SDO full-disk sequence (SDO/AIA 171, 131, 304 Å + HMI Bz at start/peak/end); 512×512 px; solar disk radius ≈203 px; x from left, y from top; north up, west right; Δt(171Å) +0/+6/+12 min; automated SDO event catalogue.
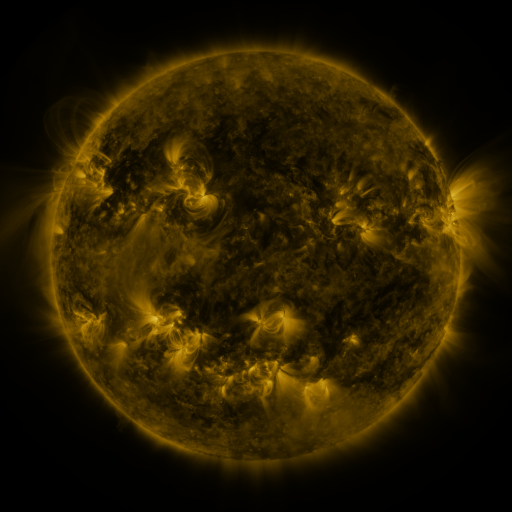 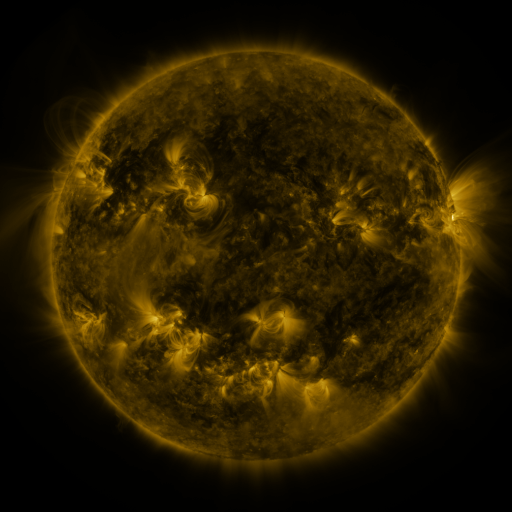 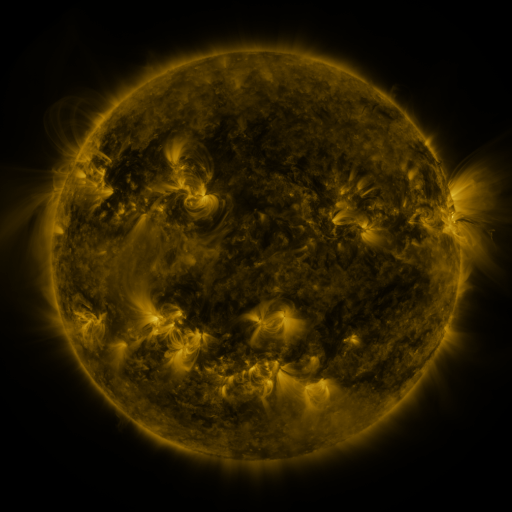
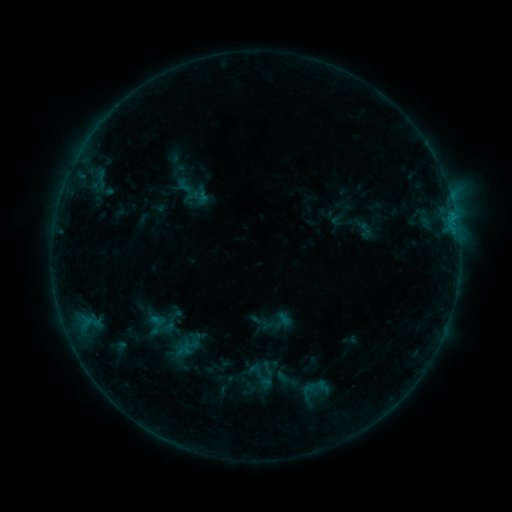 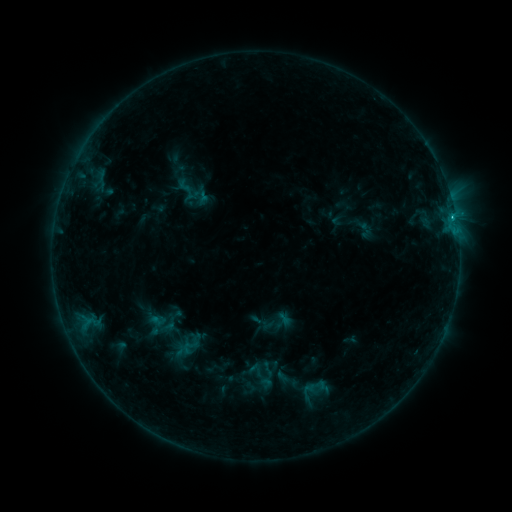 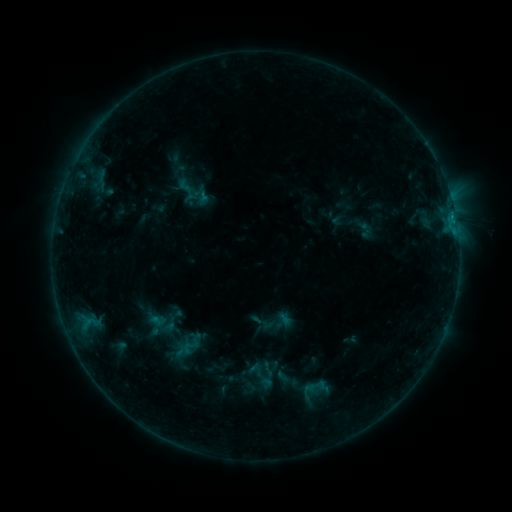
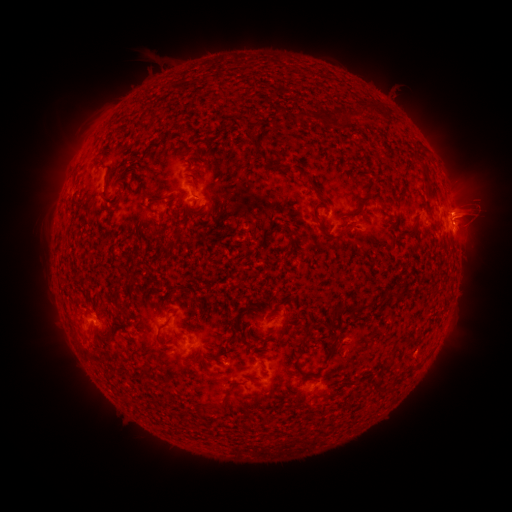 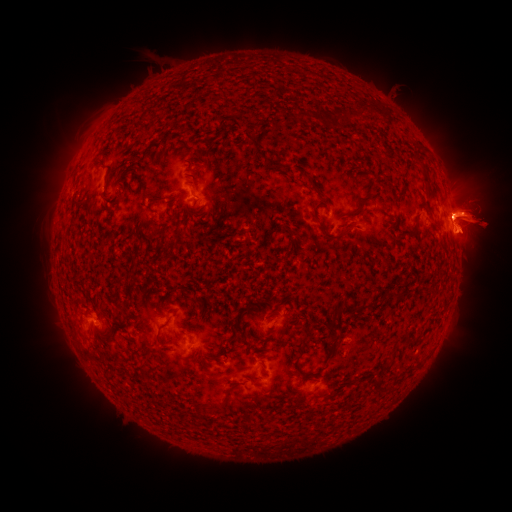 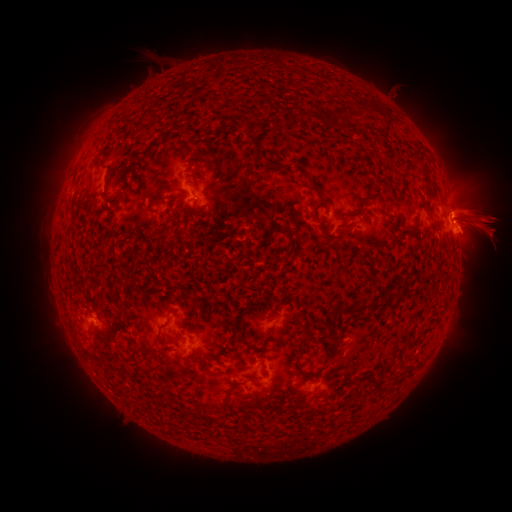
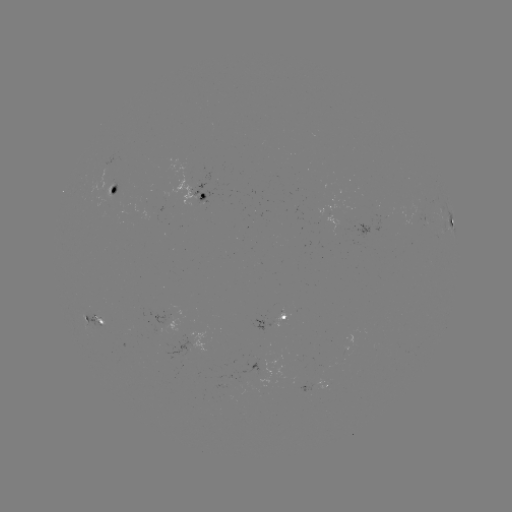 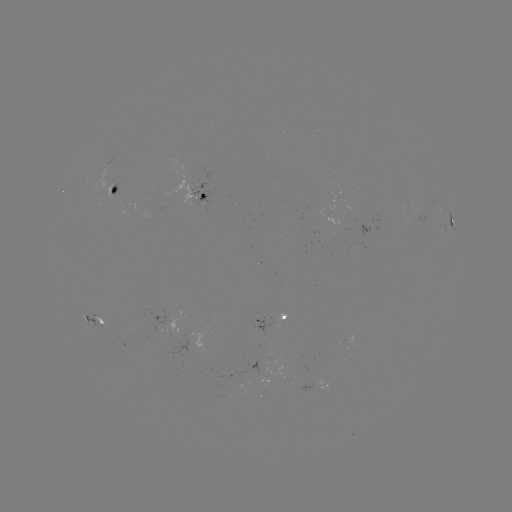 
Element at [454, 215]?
C1.2 flare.